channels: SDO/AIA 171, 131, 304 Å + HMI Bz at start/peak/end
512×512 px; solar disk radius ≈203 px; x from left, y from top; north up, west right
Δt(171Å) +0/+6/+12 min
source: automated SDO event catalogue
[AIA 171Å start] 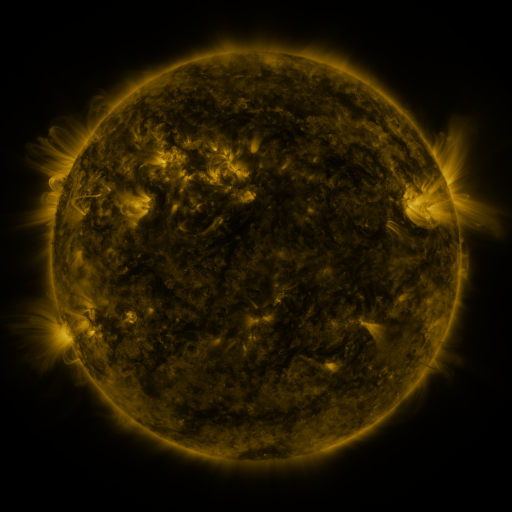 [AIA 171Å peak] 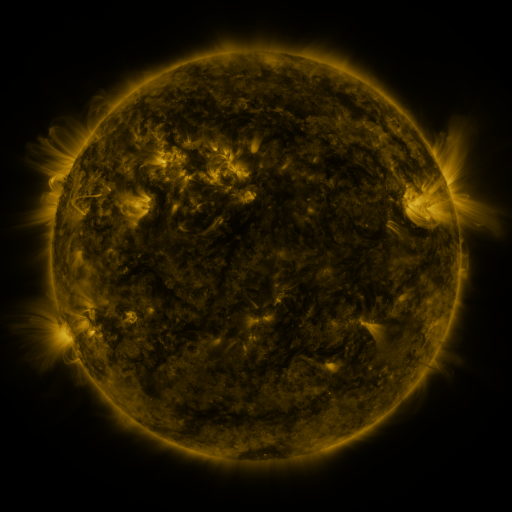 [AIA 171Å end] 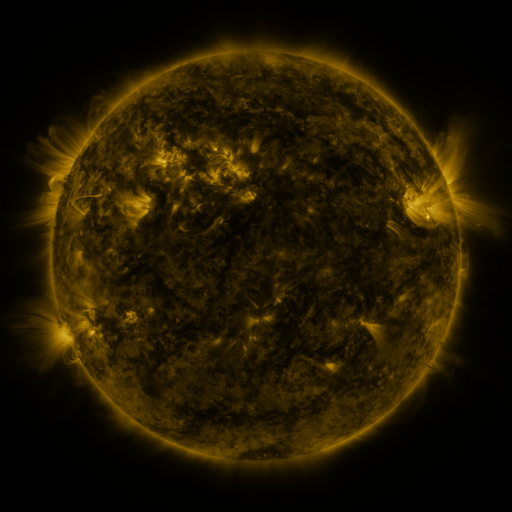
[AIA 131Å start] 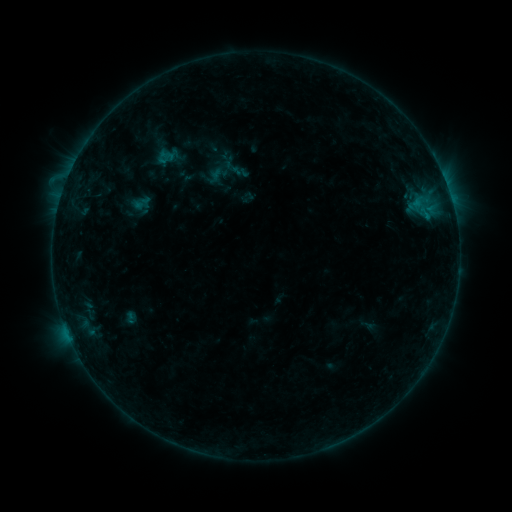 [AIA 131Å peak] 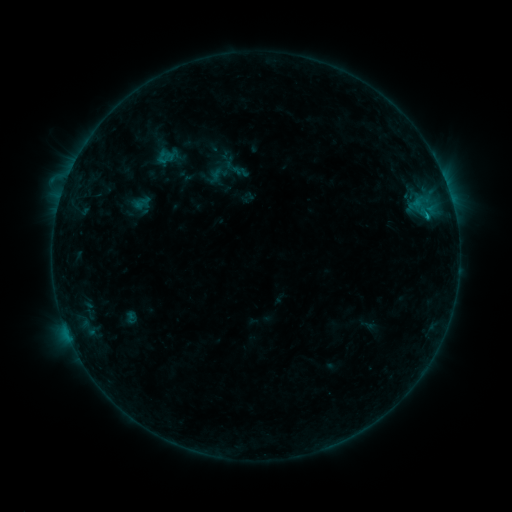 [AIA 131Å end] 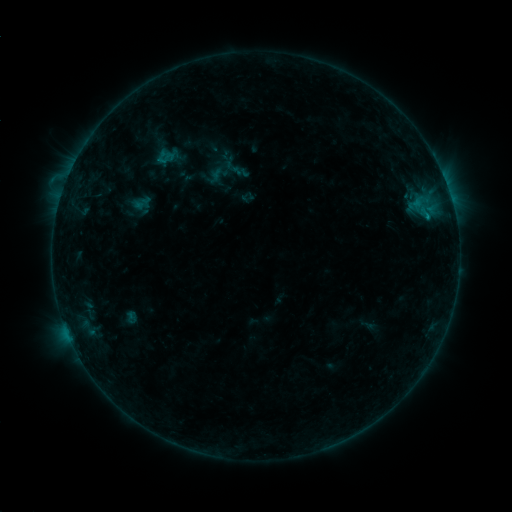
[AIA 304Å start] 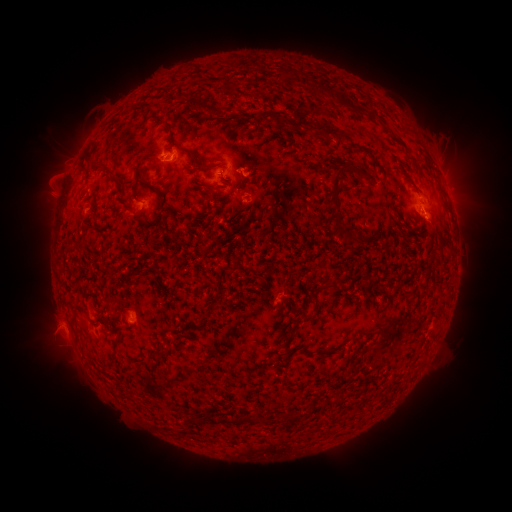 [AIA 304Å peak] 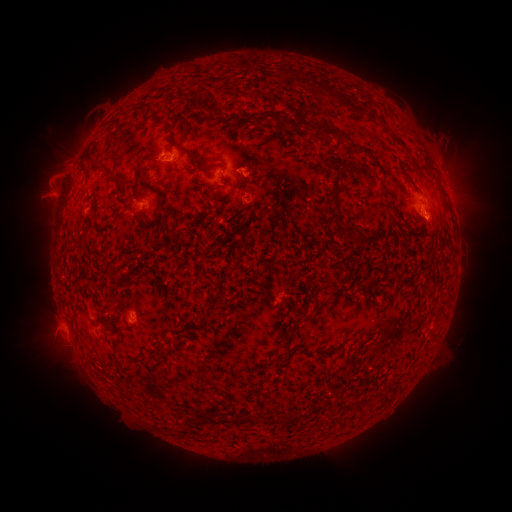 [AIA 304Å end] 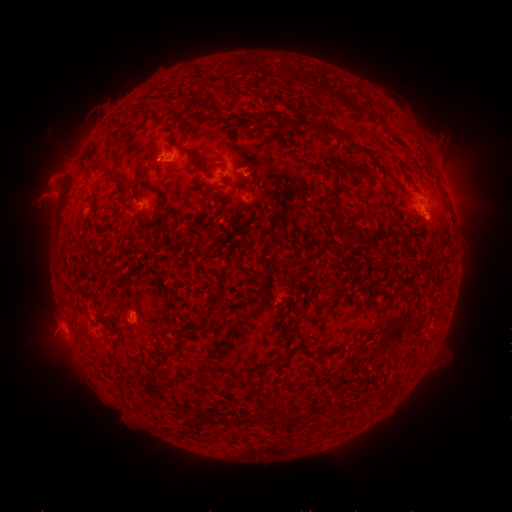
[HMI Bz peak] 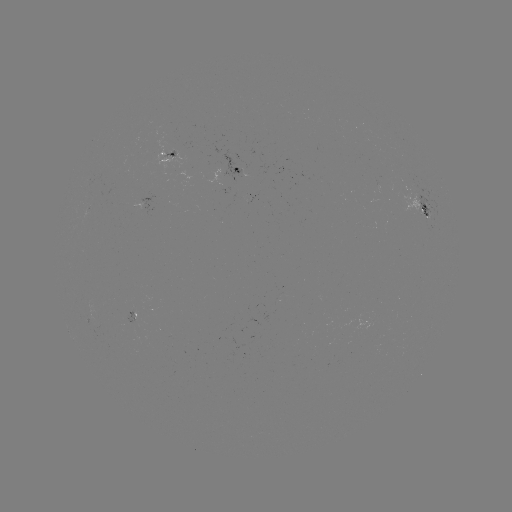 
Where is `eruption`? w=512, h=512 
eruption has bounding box [24, 174, 78, 221].